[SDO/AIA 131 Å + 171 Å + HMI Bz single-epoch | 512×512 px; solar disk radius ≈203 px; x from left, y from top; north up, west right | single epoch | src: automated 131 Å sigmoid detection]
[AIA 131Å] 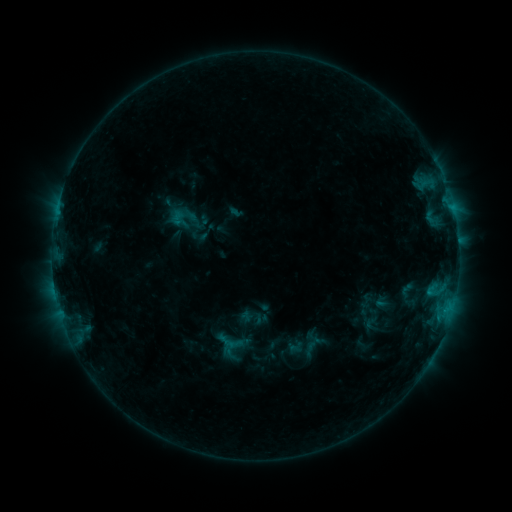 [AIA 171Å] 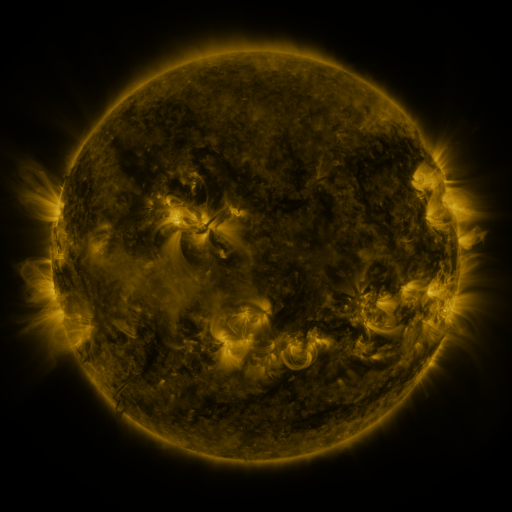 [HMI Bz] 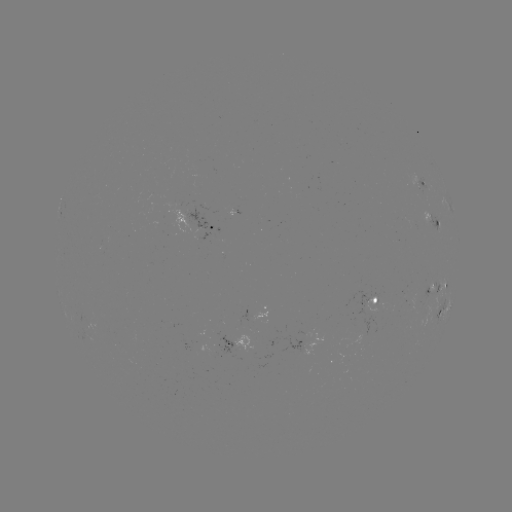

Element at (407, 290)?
sigmoid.